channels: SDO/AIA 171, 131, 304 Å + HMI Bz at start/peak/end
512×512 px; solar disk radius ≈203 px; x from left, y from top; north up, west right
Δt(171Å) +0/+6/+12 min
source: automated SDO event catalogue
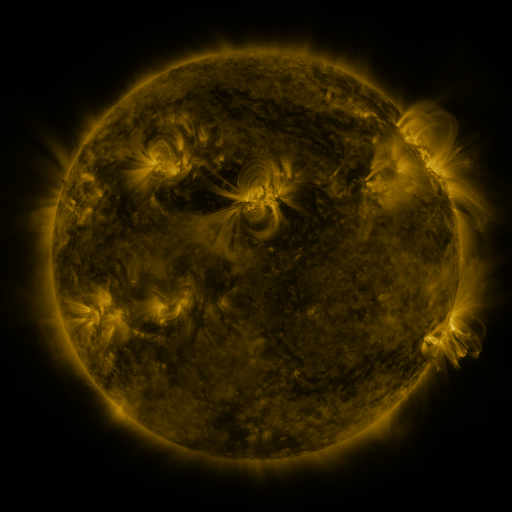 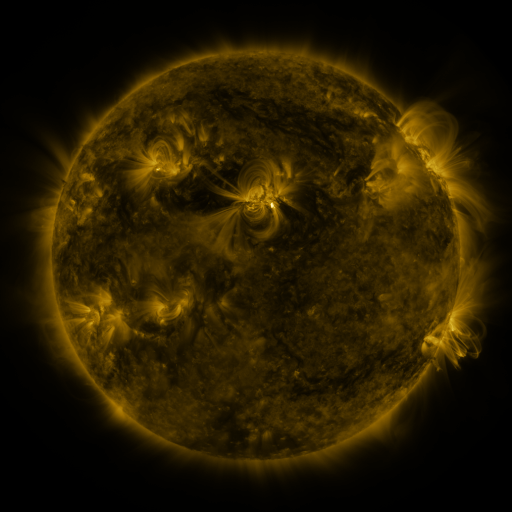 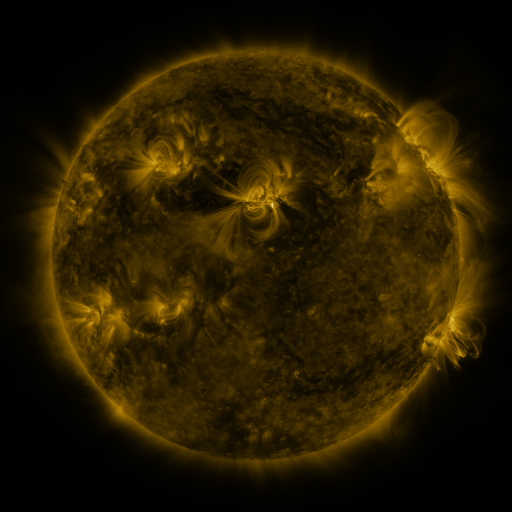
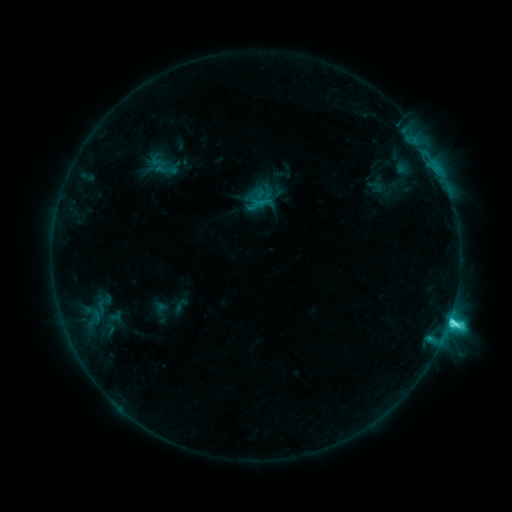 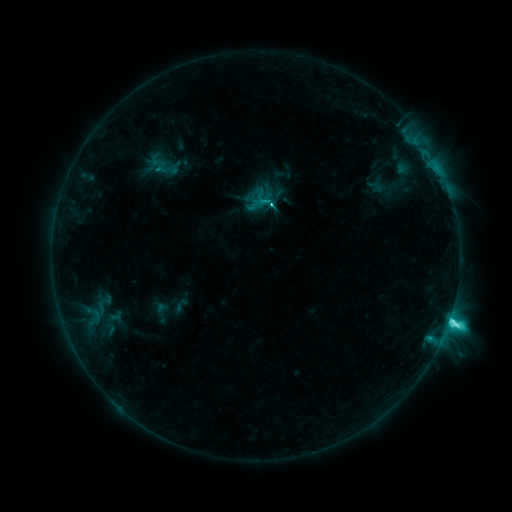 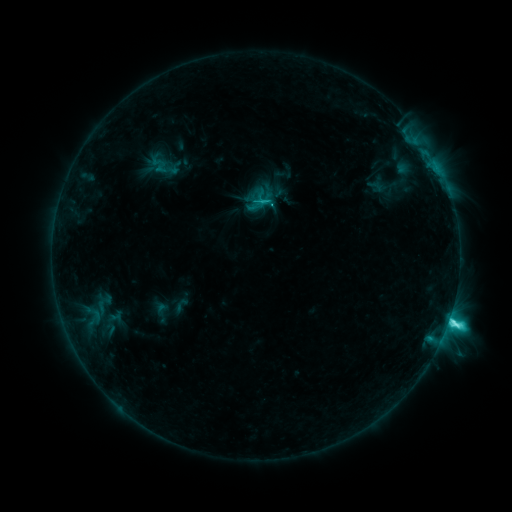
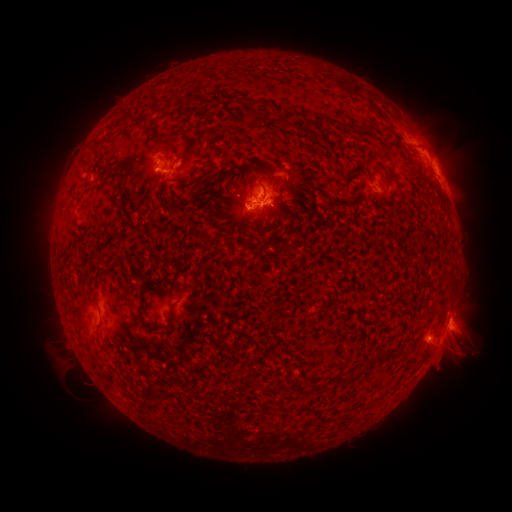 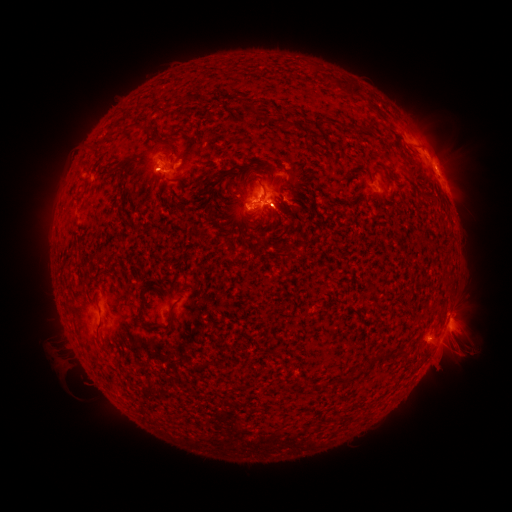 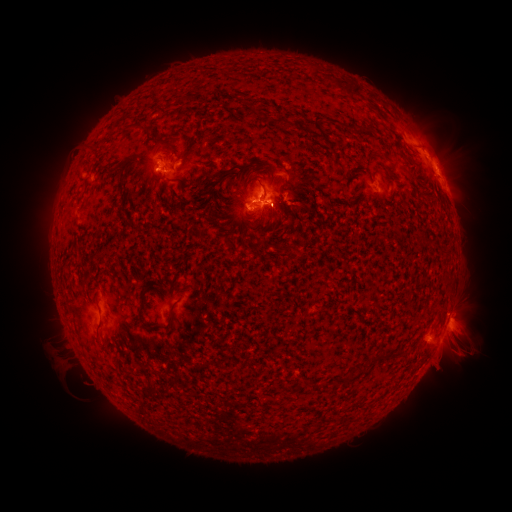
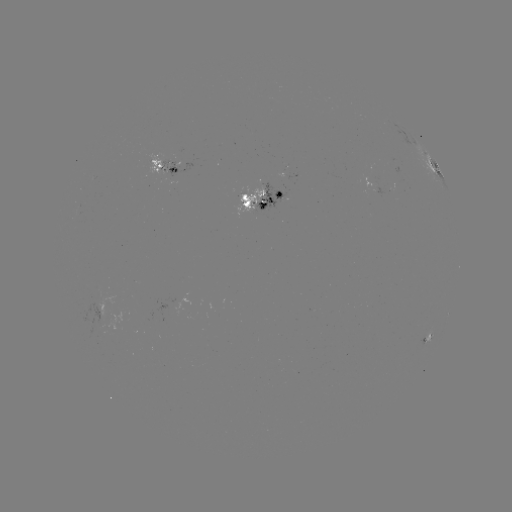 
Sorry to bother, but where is eruption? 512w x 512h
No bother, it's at [435, 133].